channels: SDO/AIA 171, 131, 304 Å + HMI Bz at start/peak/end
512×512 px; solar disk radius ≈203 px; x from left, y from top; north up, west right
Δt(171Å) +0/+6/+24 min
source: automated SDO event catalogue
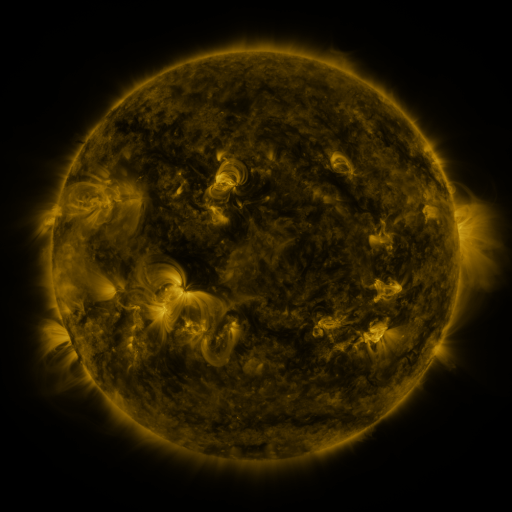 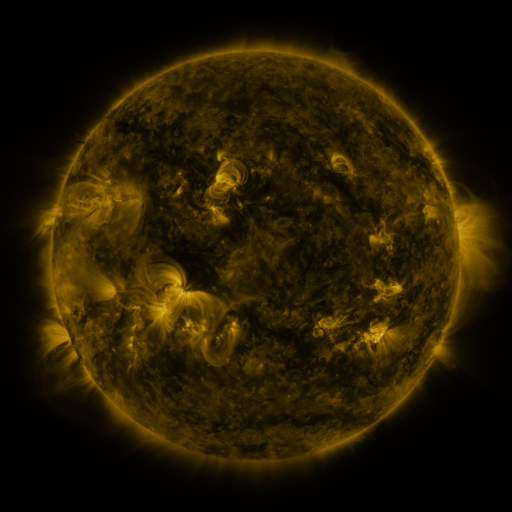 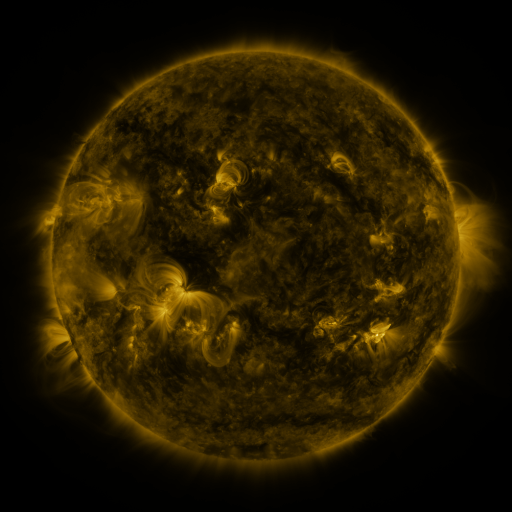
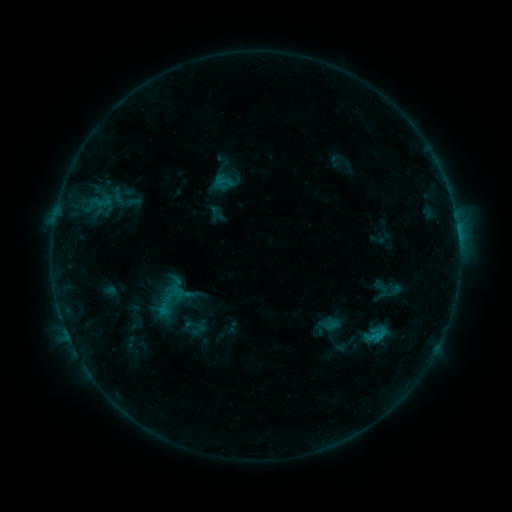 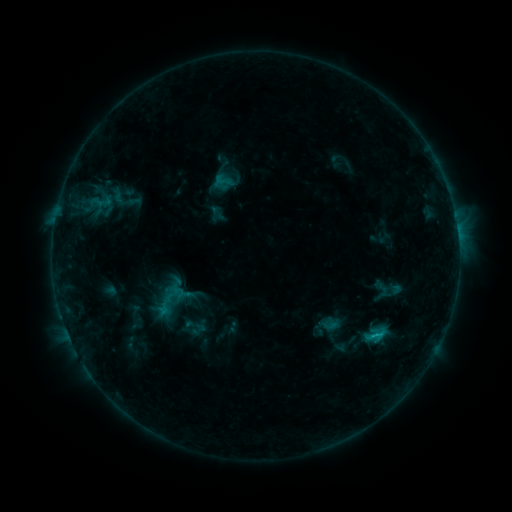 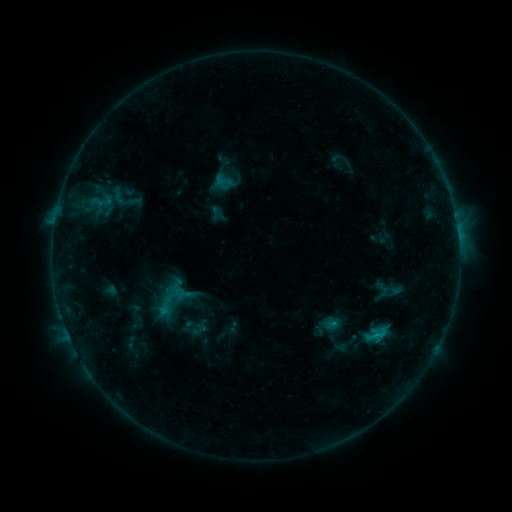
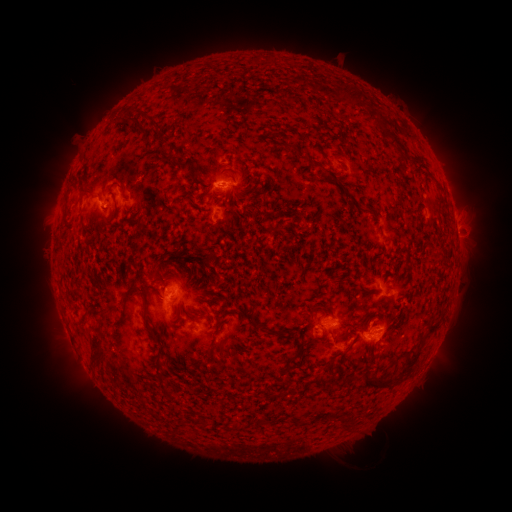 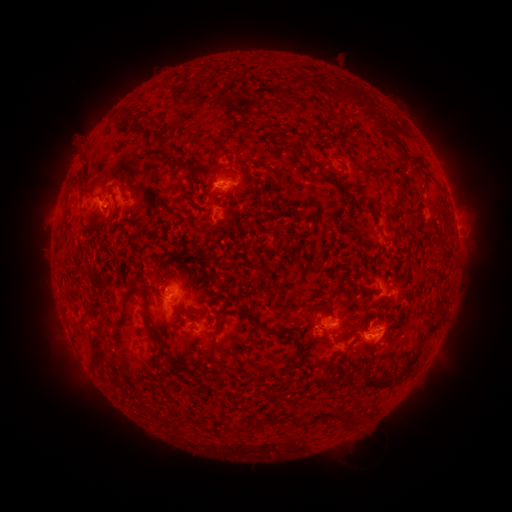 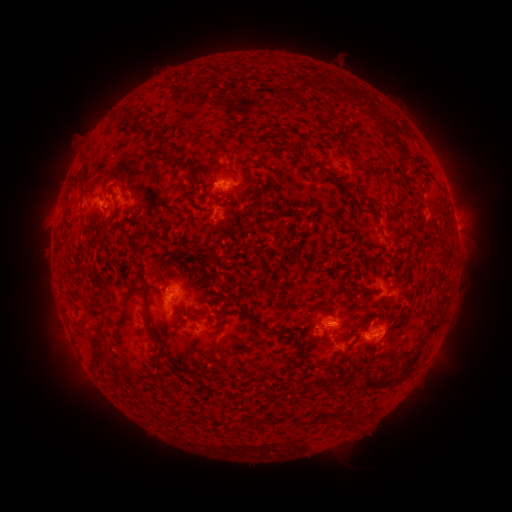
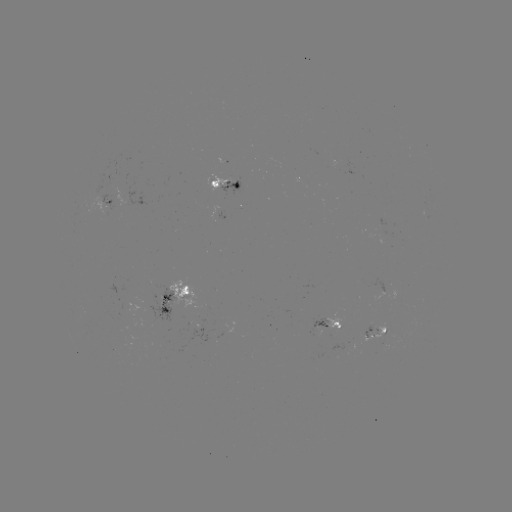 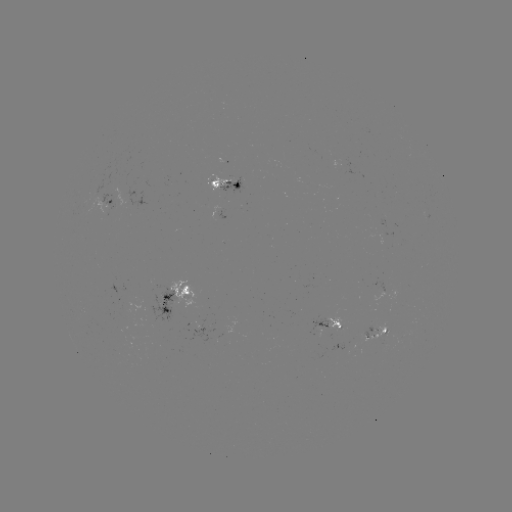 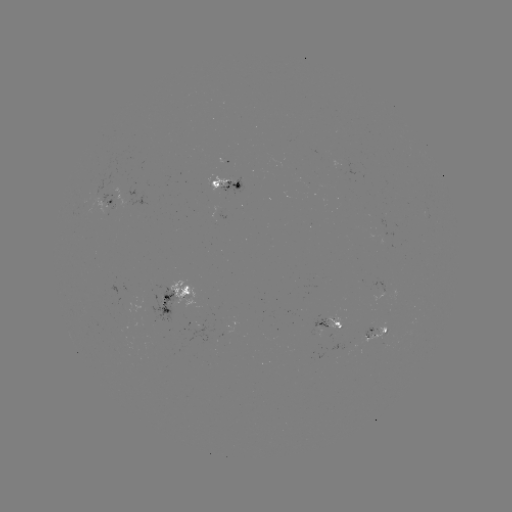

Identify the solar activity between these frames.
B8.6 flare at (376, 332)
